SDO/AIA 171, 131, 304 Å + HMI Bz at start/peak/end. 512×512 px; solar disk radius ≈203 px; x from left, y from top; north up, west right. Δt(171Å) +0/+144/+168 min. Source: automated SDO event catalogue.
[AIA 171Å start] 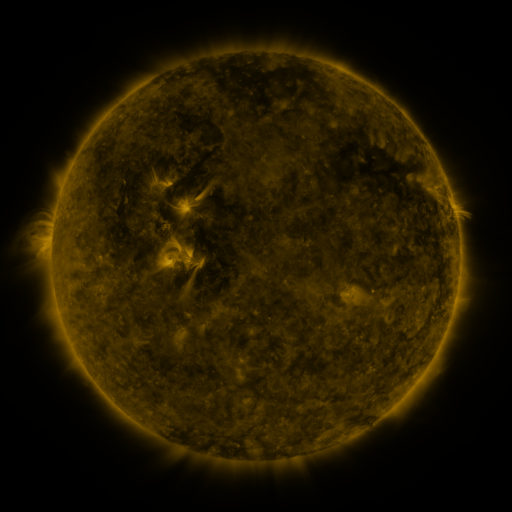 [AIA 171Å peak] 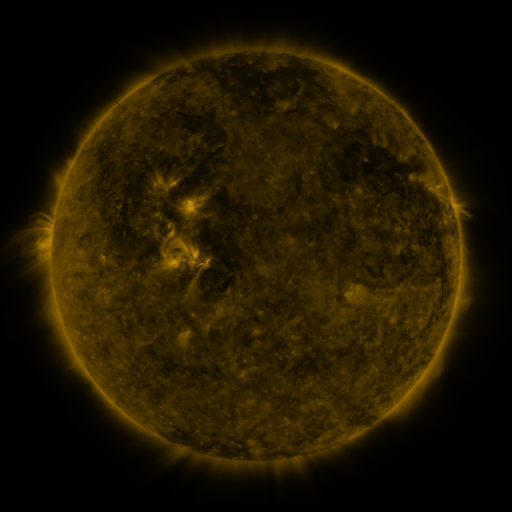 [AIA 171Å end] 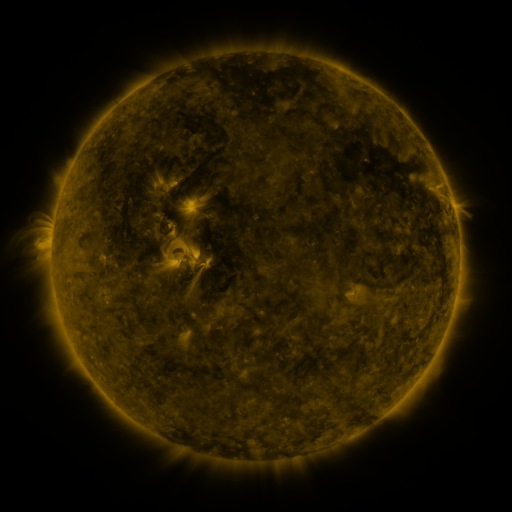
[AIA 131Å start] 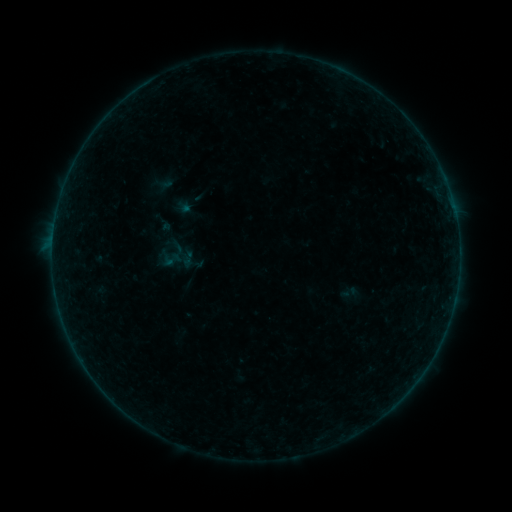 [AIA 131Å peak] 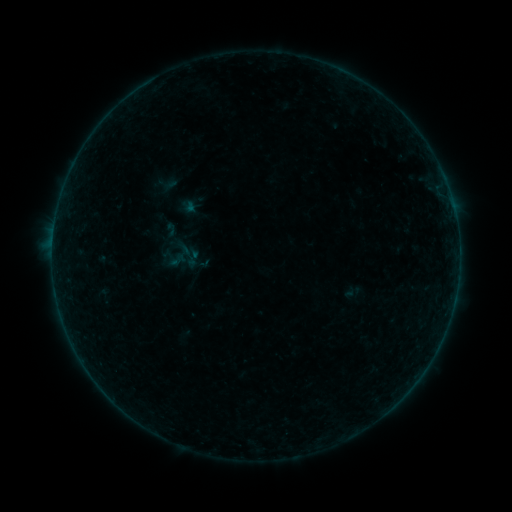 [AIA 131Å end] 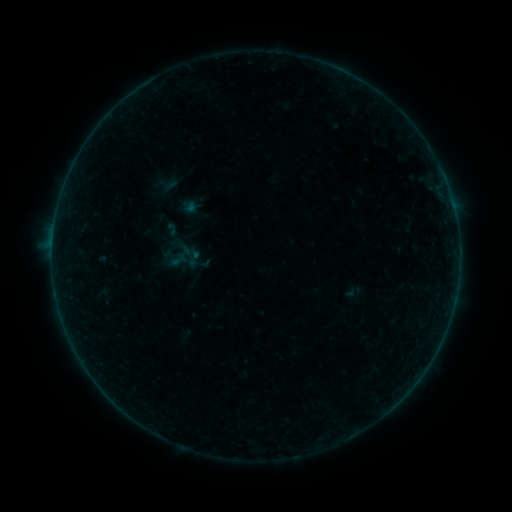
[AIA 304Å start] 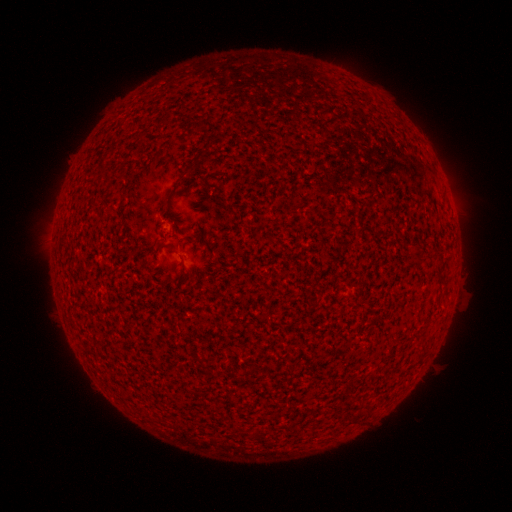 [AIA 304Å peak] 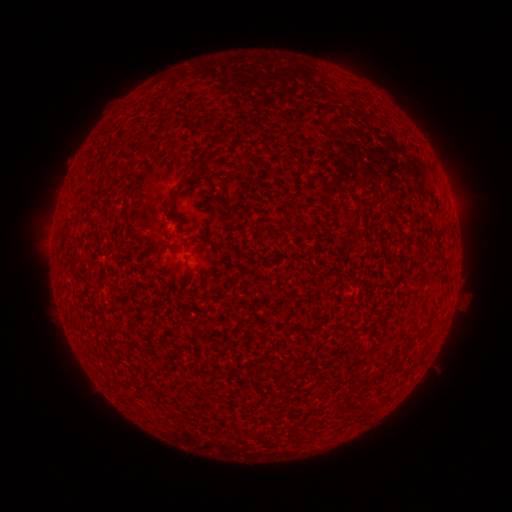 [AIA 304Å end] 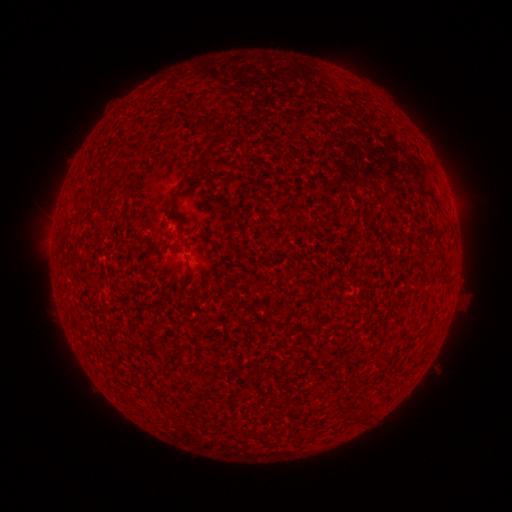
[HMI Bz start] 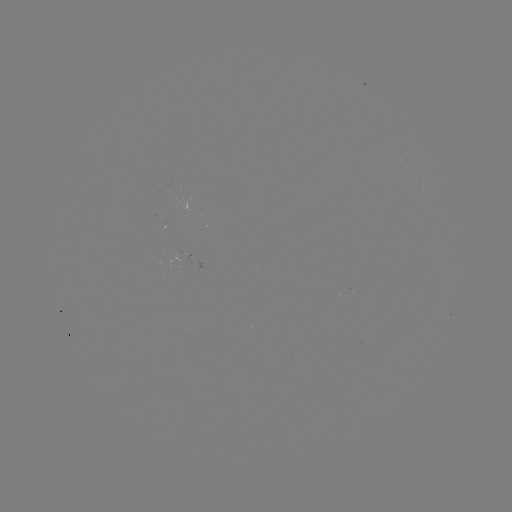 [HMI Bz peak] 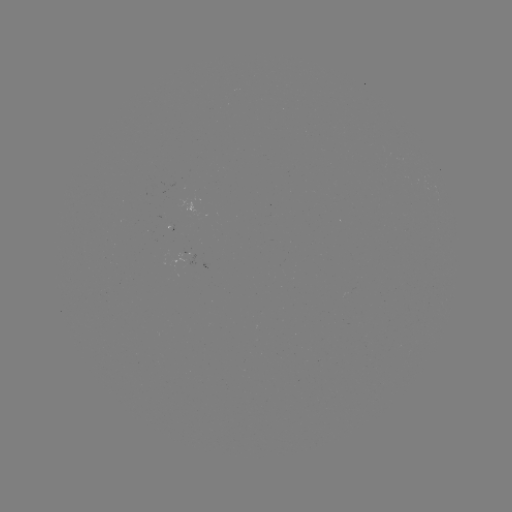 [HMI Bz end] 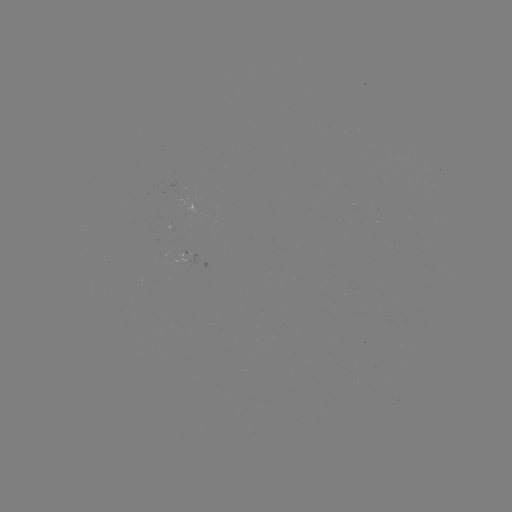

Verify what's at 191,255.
emerging-flux region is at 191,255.